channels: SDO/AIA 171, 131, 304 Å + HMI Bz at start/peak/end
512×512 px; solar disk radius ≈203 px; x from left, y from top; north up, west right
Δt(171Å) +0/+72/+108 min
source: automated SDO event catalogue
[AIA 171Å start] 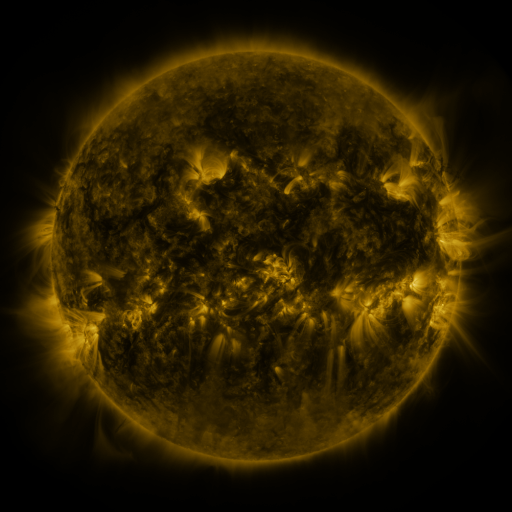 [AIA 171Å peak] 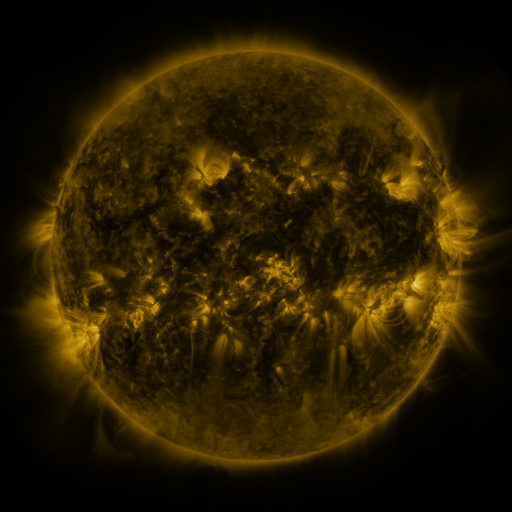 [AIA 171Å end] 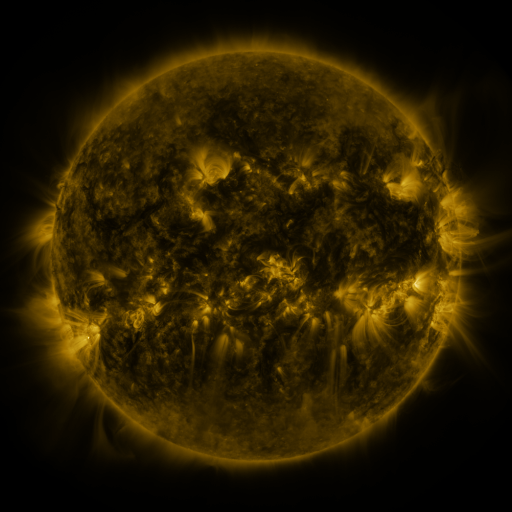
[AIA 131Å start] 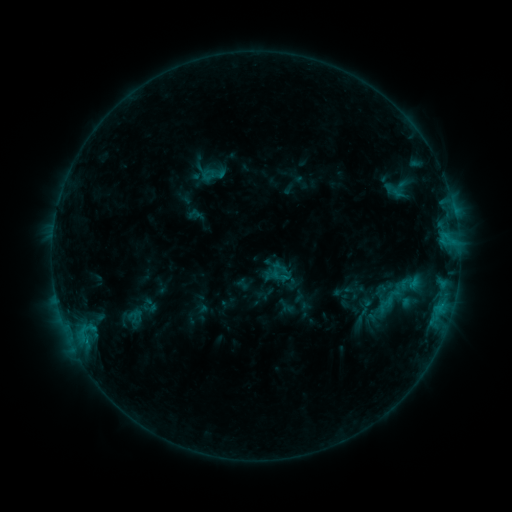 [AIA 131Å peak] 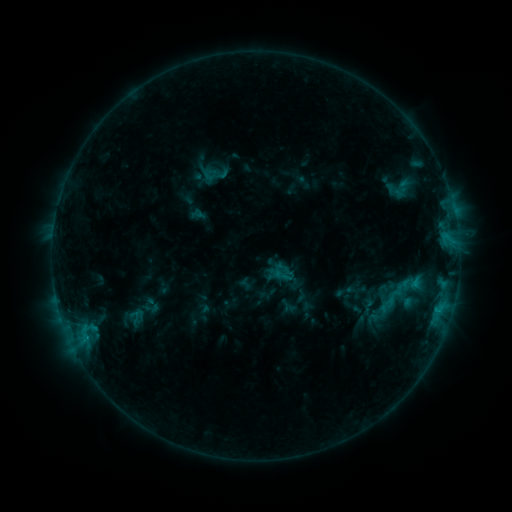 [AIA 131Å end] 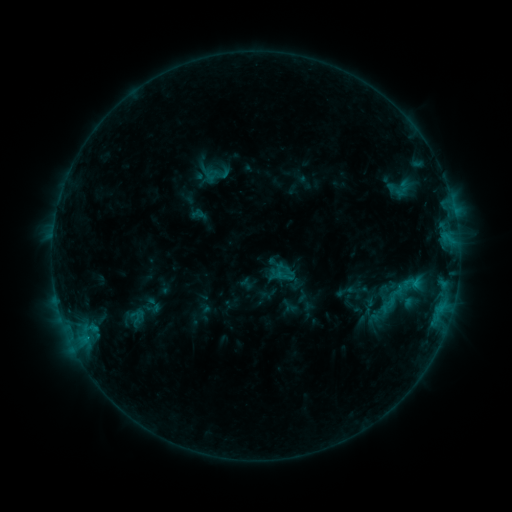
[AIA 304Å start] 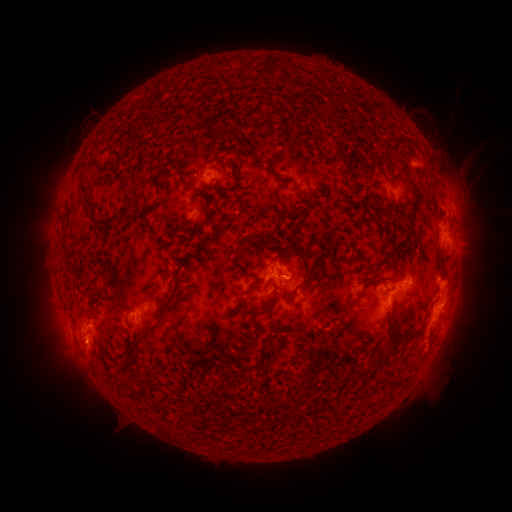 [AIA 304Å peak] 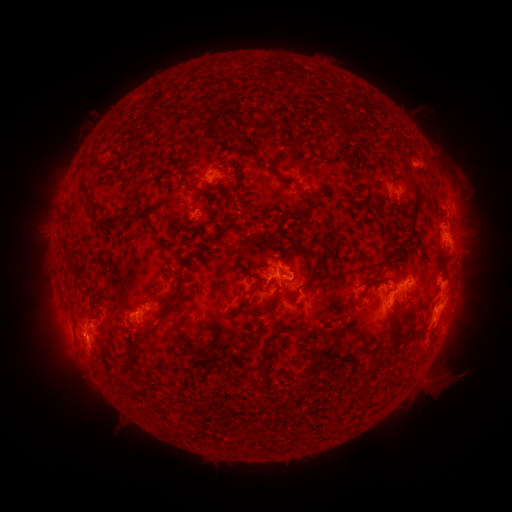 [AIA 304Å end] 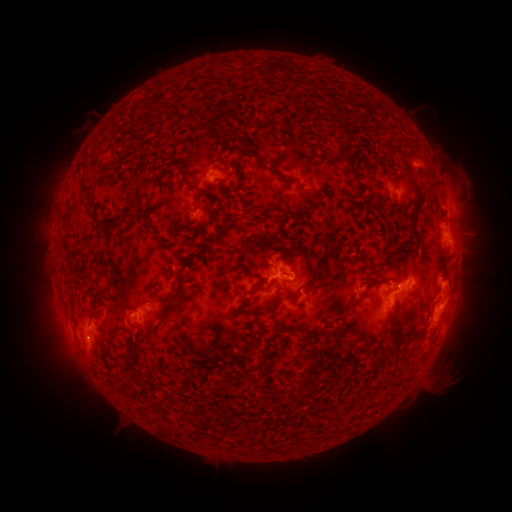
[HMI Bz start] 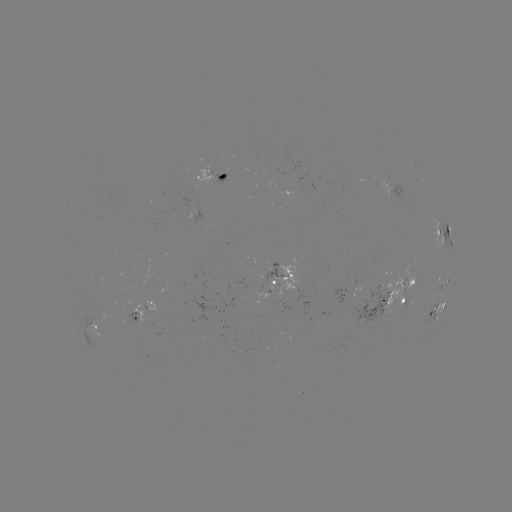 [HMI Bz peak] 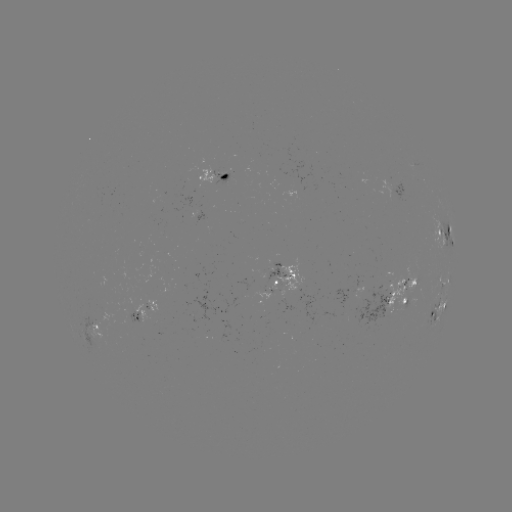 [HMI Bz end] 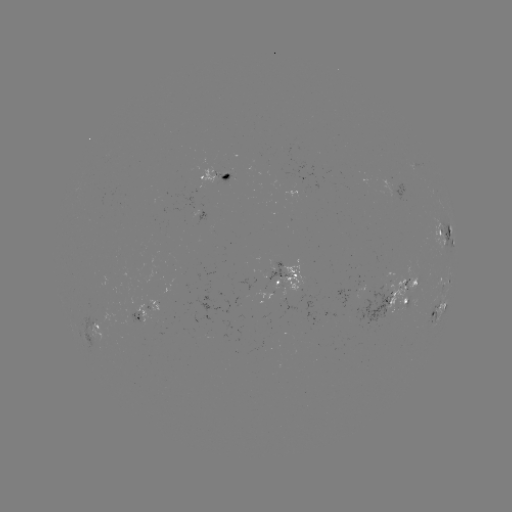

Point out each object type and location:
emerging-flux region: (285, 280)
